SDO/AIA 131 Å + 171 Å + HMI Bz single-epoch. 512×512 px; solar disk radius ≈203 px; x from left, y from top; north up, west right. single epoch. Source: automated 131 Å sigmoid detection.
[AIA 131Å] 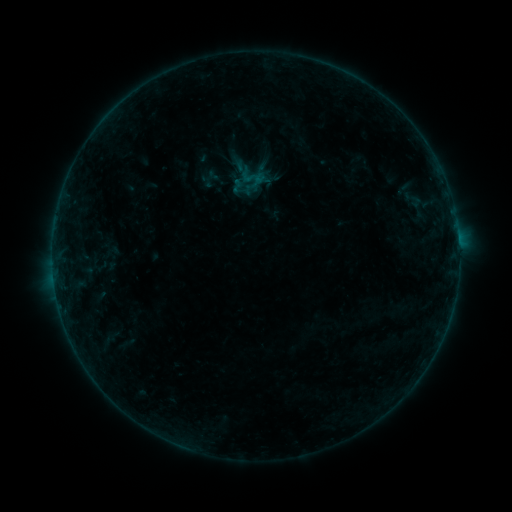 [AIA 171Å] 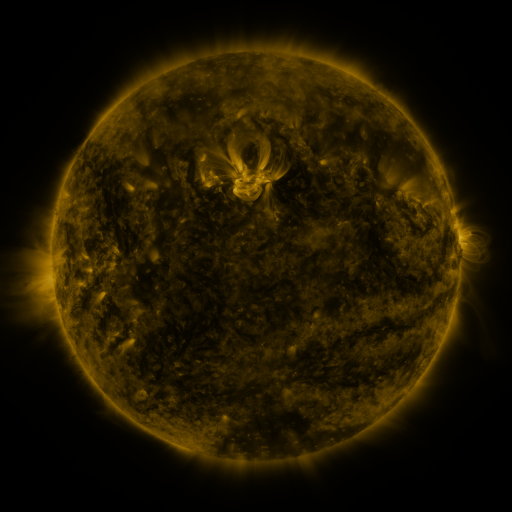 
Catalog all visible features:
sigmoid: (253, 177)
